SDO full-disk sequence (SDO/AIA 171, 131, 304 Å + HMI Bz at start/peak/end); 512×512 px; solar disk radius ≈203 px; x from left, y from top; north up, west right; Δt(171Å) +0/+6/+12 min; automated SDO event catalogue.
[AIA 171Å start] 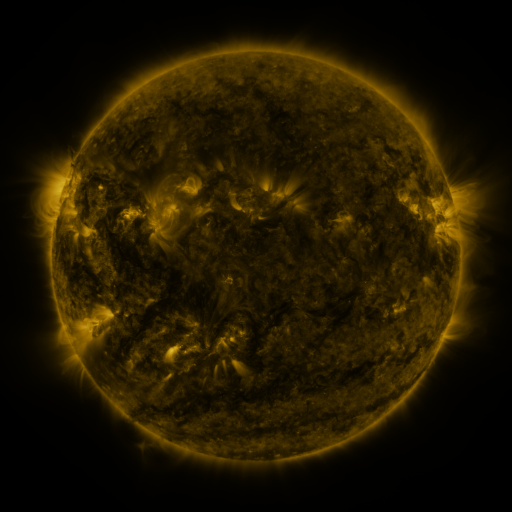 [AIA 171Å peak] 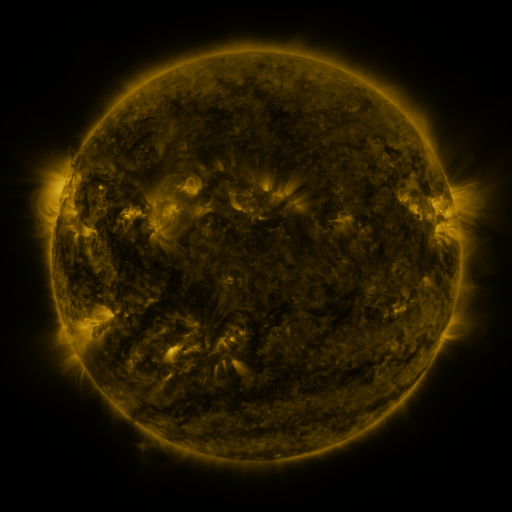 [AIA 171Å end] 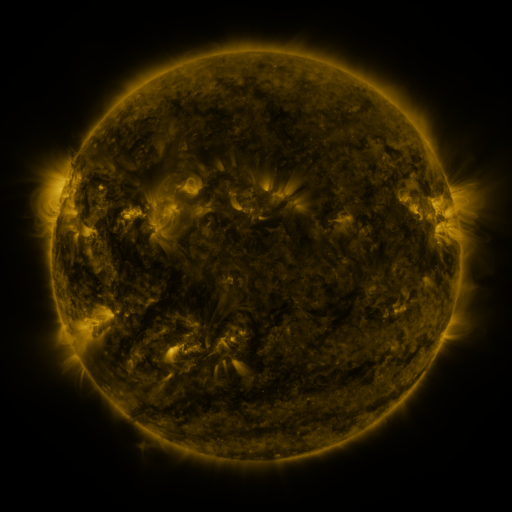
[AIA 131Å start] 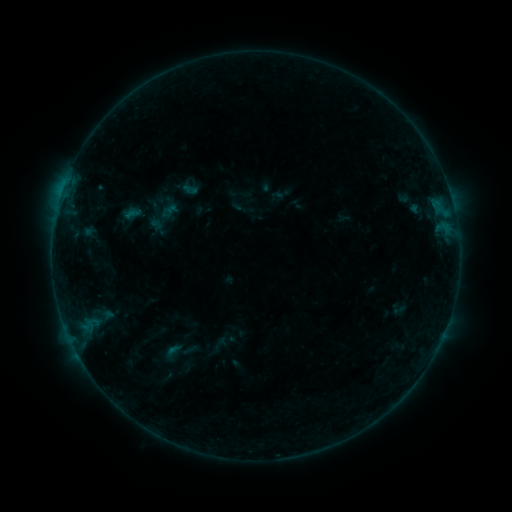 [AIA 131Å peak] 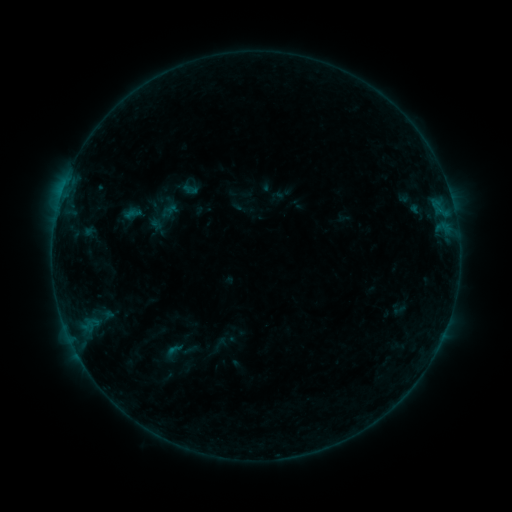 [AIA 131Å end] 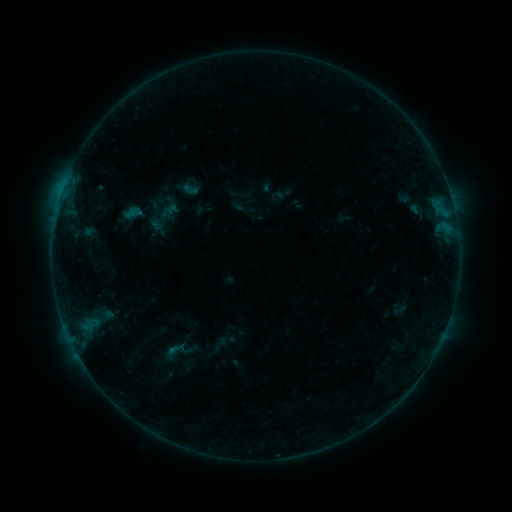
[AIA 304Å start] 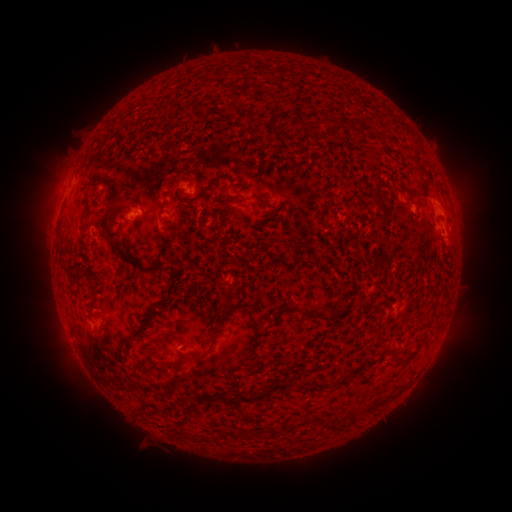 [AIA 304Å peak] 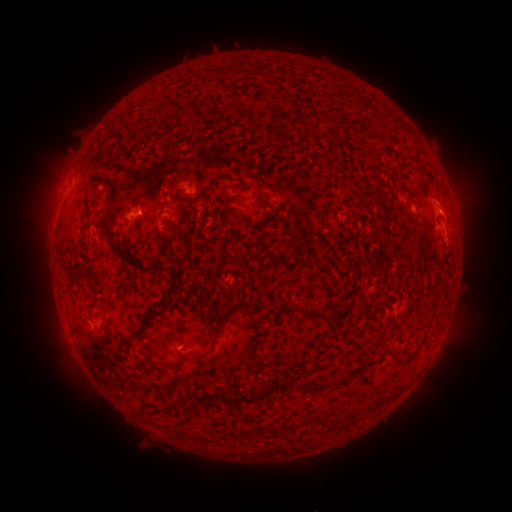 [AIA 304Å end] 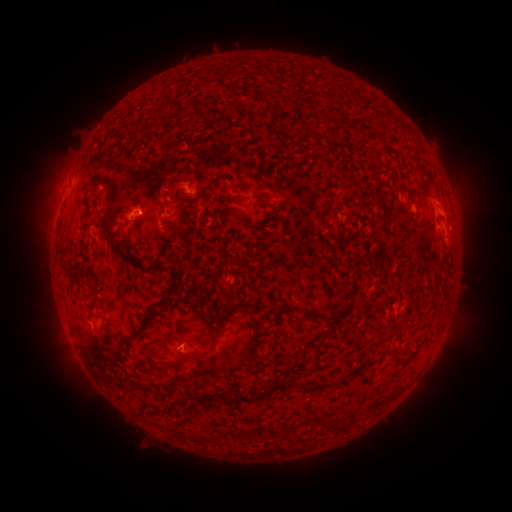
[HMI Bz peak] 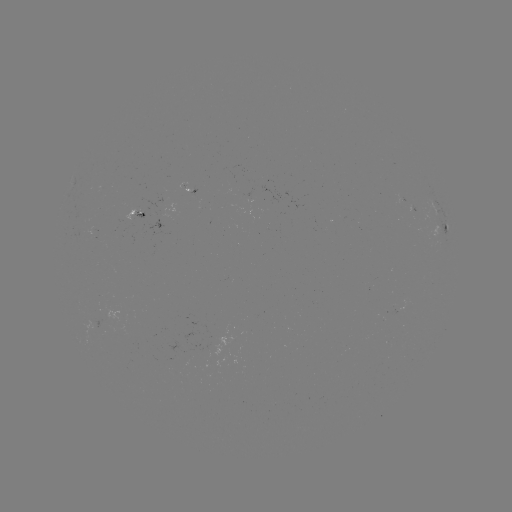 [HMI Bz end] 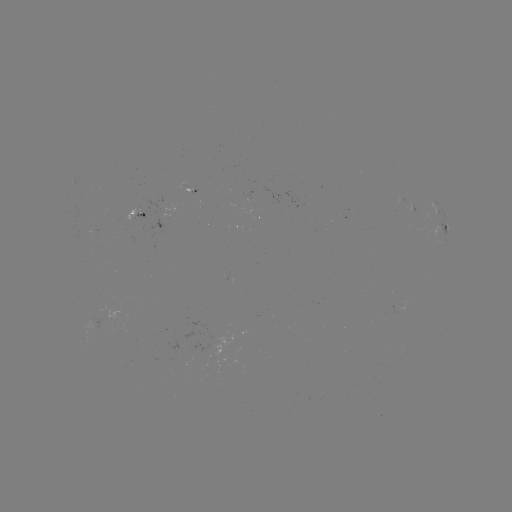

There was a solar flare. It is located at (141, 213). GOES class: B2.5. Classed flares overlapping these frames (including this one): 1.